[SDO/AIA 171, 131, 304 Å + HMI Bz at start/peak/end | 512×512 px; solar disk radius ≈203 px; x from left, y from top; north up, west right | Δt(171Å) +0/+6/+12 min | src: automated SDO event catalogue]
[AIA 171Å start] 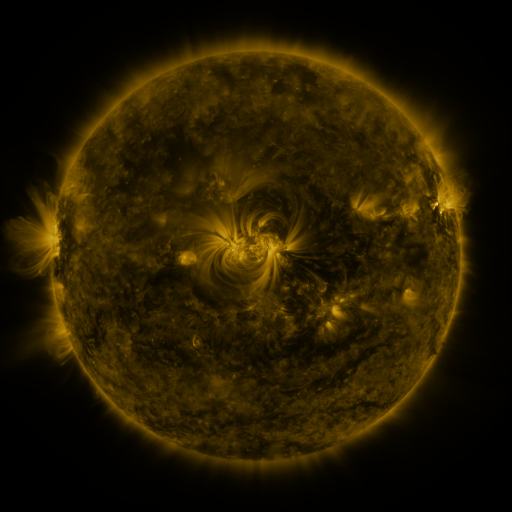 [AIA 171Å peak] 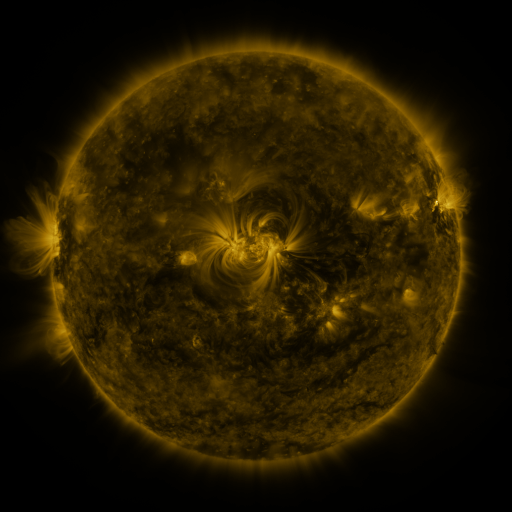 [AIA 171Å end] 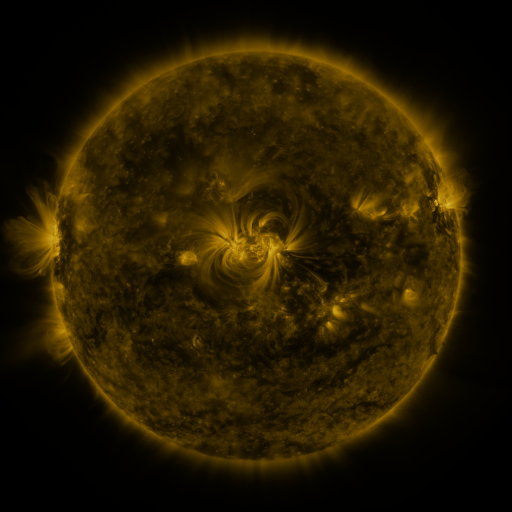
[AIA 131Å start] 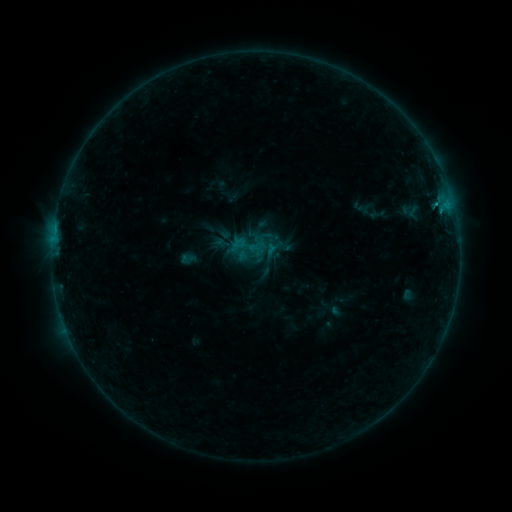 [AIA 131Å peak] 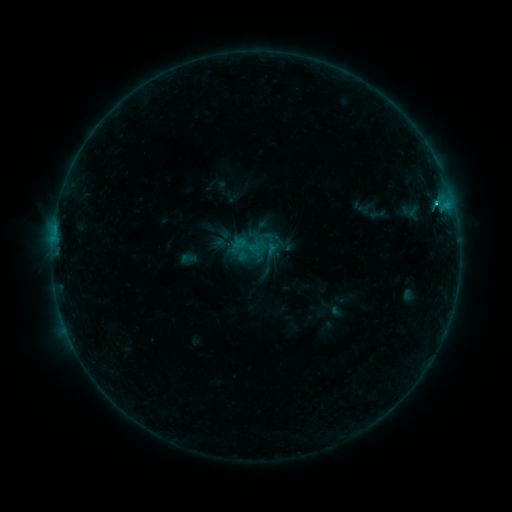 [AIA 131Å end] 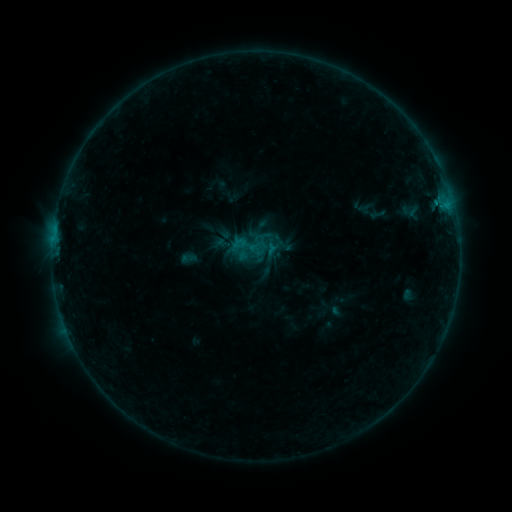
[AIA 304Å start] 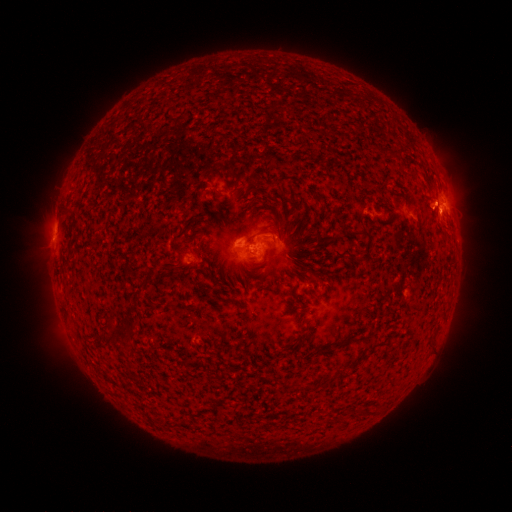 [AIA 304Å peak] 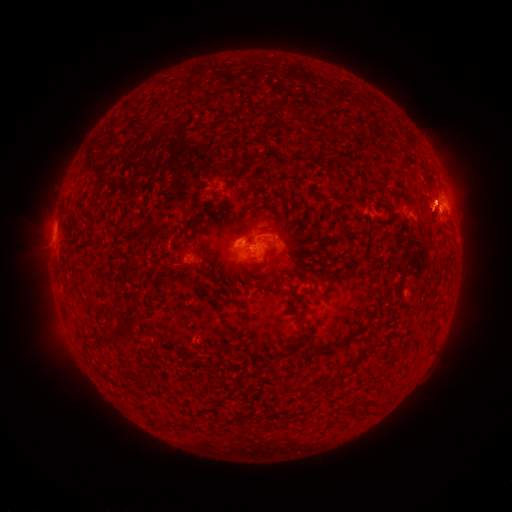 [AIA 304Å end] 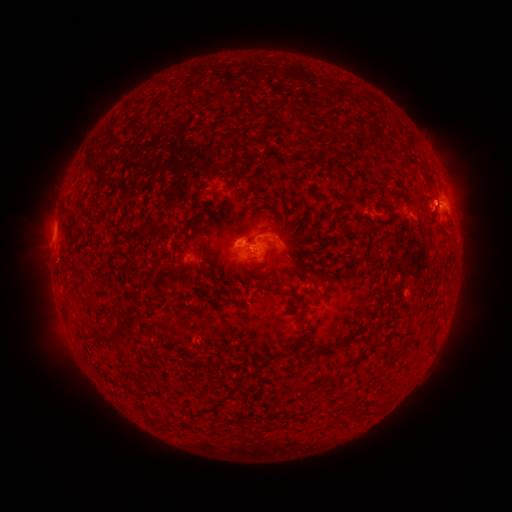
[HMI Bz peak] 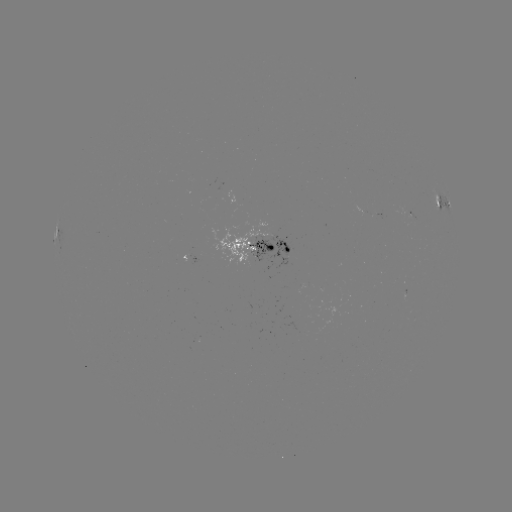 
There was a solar flare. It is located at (436, 205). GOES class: B9.6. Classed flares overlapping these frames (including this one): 1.